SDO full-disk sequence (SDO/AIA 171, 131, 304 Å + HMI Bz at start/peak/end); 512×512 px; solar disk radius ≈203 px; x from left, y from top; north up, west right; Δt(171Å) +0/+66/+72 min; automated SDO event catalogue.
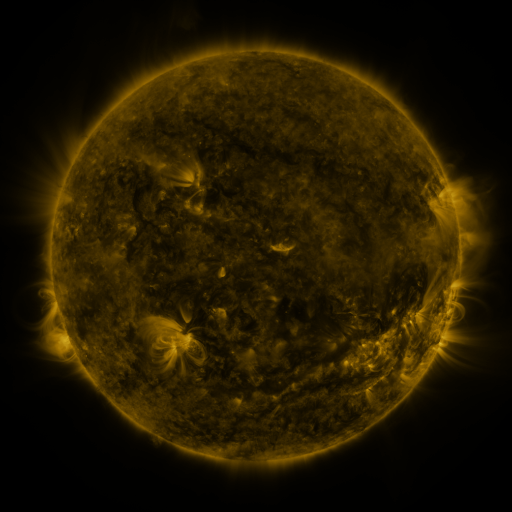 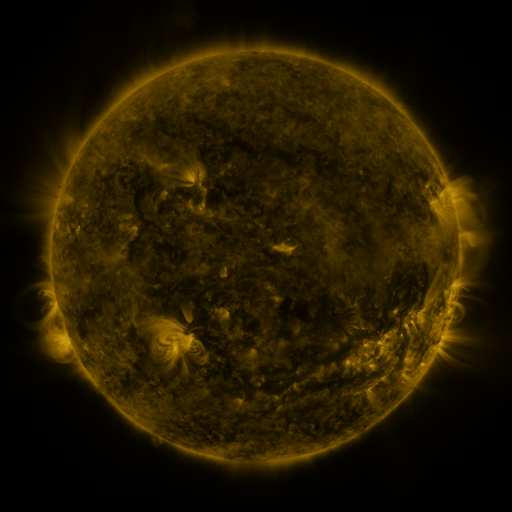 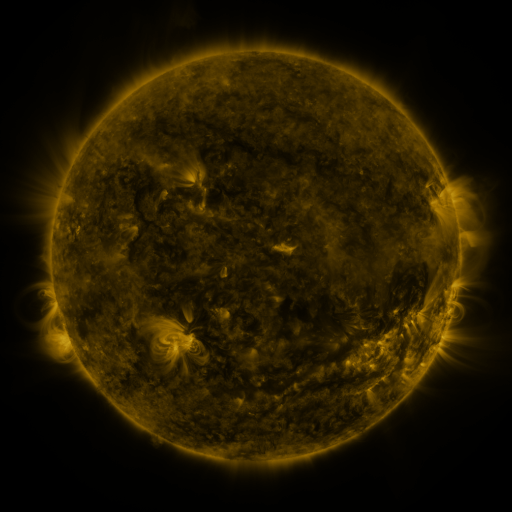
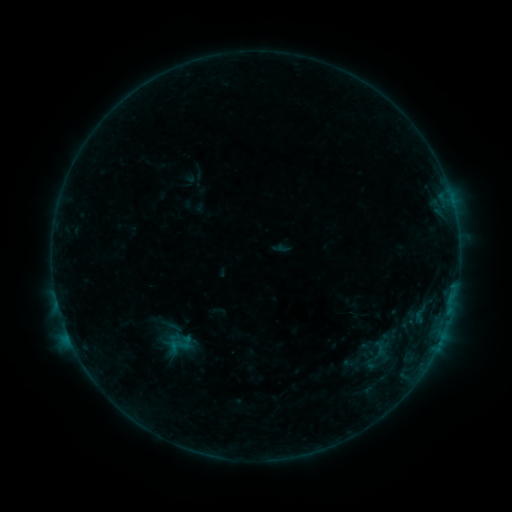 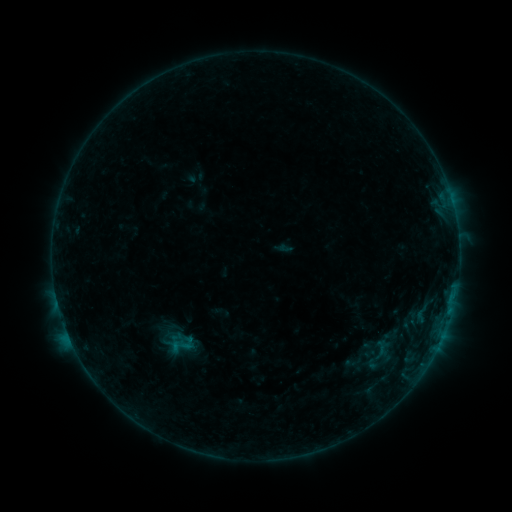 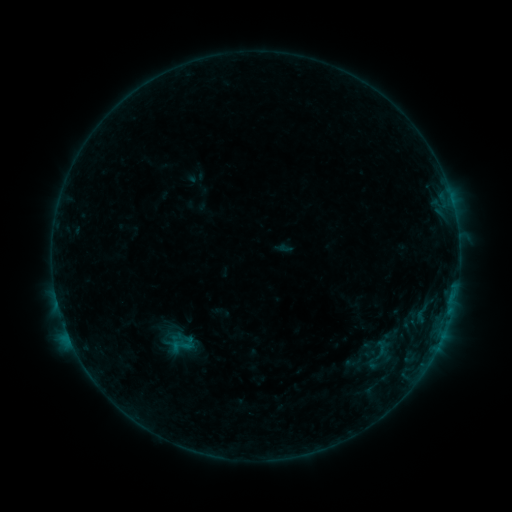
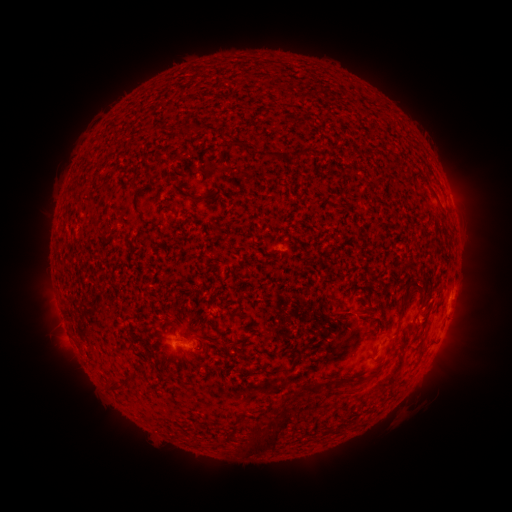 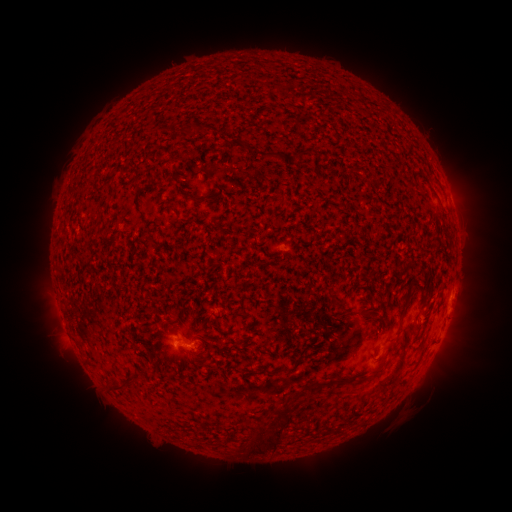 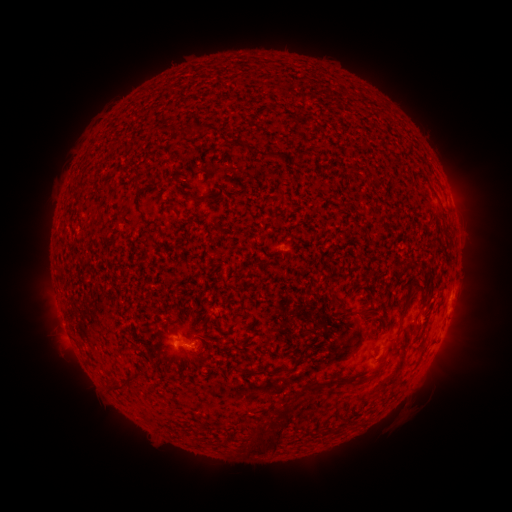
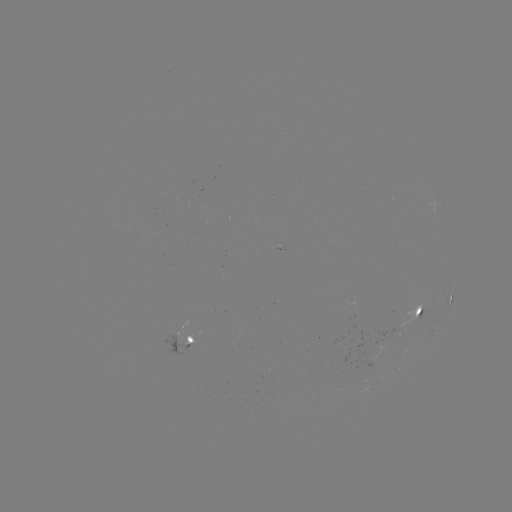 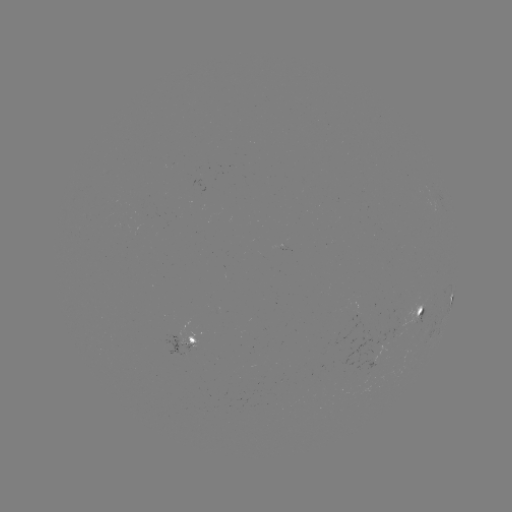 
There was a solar flare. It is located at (190, 345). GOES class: B1.9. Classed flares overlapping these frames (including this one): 2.